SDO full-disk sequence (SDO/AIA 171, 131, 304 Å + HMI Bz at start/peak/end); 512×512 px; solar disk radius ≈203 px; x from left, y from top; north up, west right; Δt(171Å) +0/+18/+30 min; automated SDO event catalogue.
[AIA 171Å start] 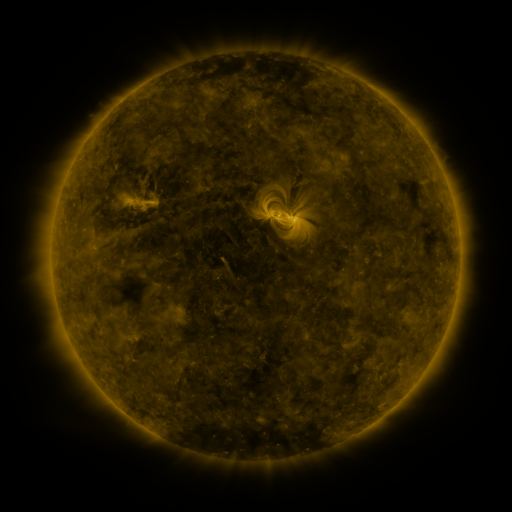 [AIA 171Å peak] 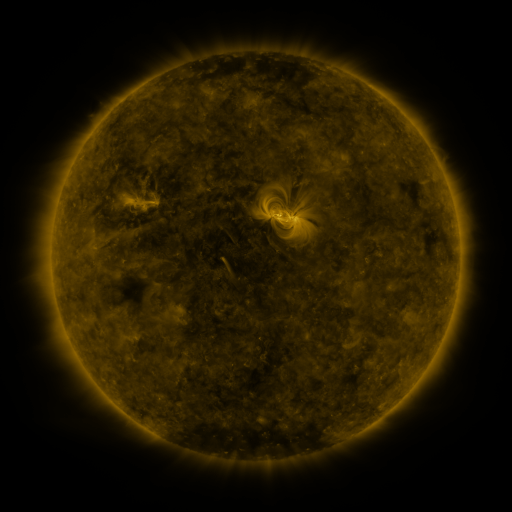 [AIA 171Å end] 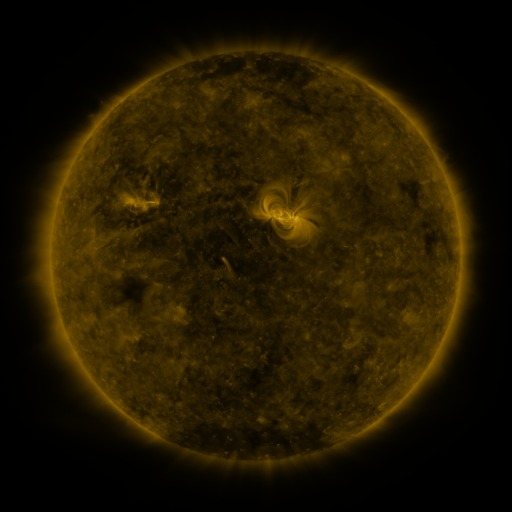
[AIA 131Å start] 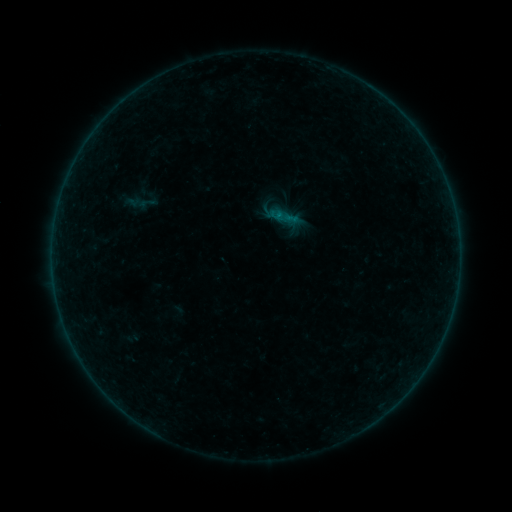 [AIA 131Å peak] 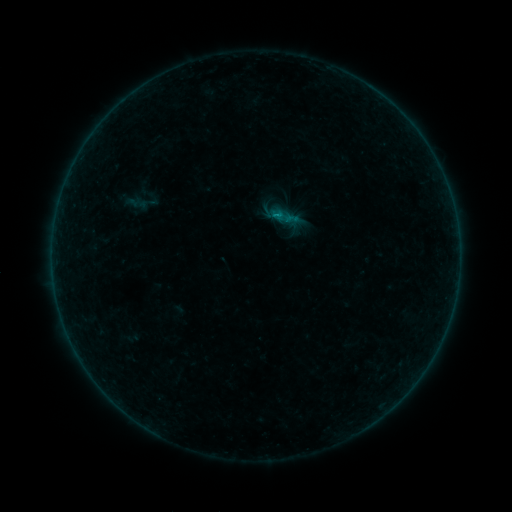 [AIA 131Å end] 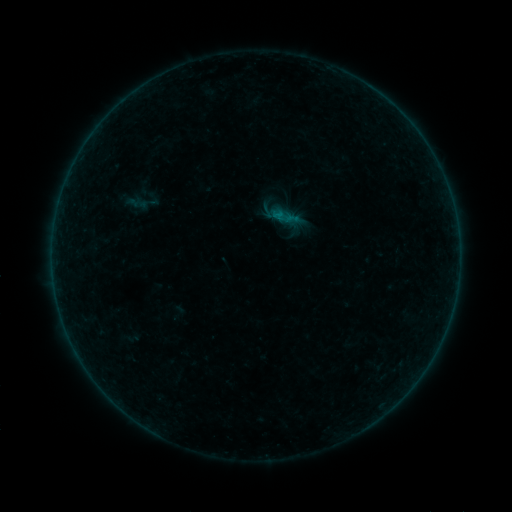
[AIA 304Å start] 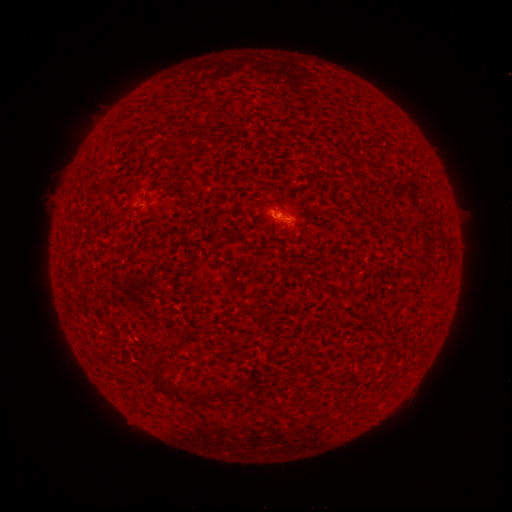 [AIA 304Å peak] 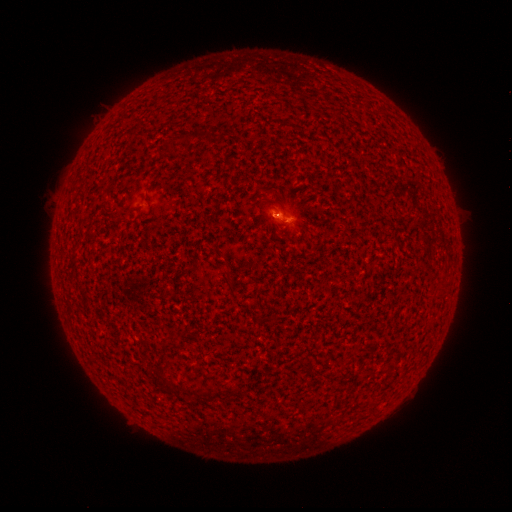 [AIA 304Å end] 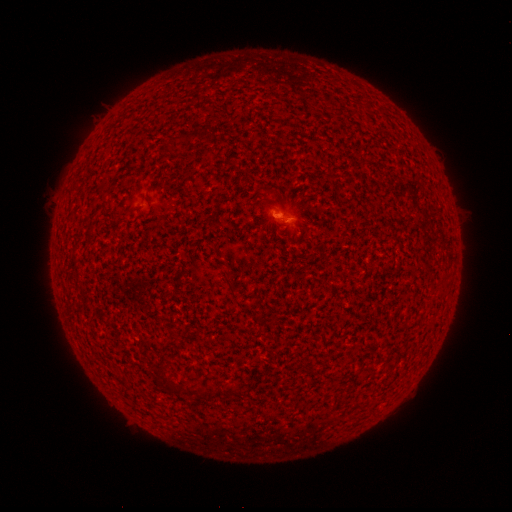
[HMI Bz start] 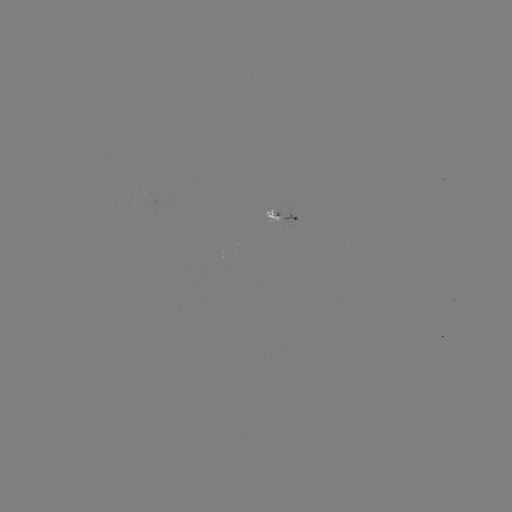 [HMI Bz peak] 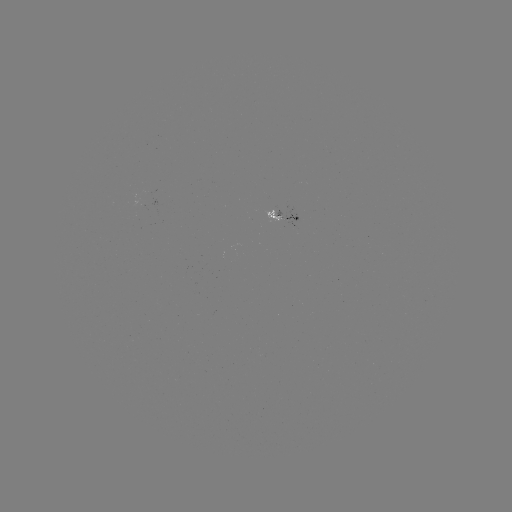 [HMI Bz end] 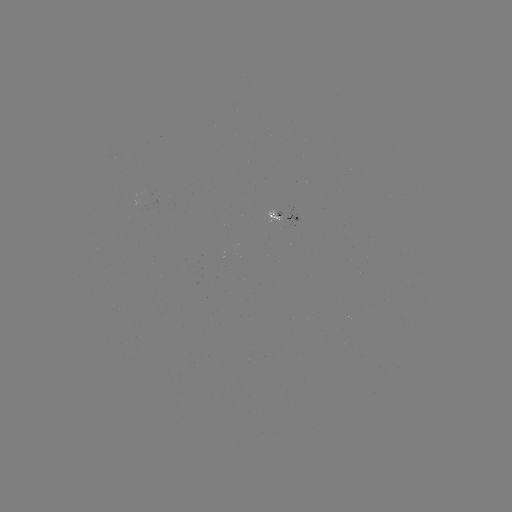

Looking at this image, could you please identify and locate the B1.4 flare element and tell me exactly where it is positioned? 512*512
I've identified B1.4 flare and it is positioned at (273, 215).